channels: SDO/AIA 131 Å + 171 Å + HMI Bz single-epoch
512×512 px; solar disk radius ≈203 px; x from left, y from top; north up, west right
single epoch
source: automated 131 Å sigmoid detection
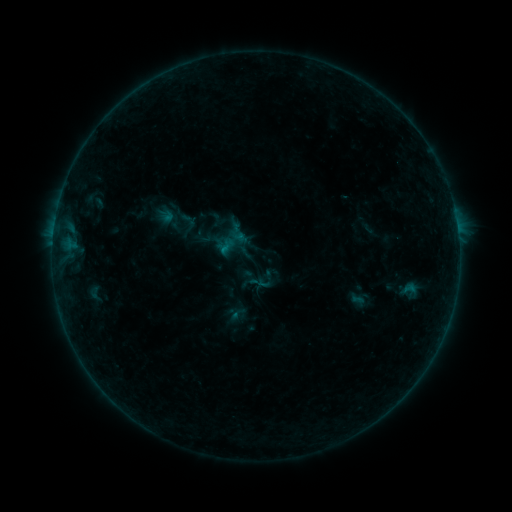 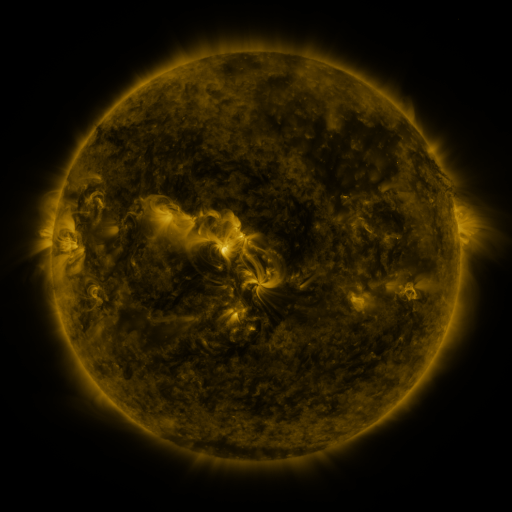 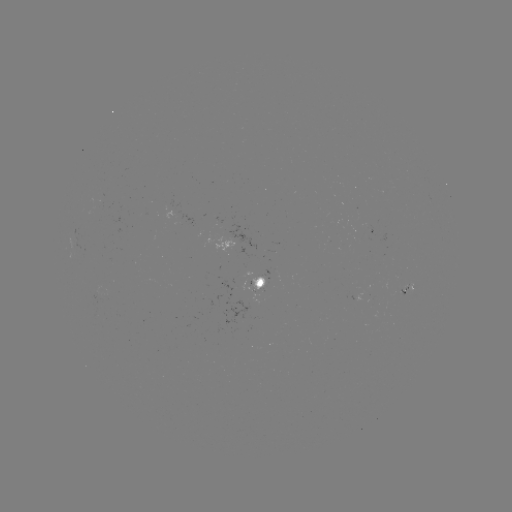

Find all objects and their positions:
sigmoid: (267, 279)
